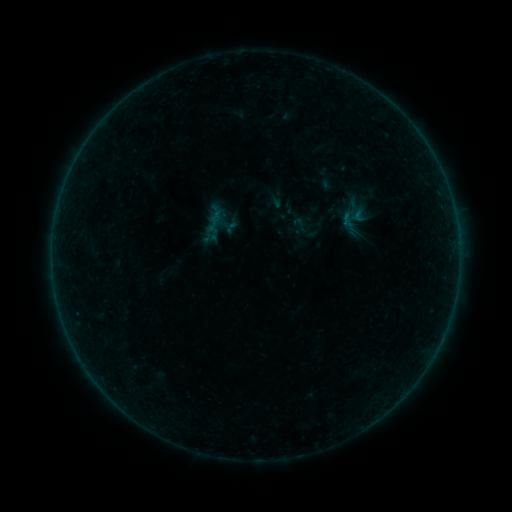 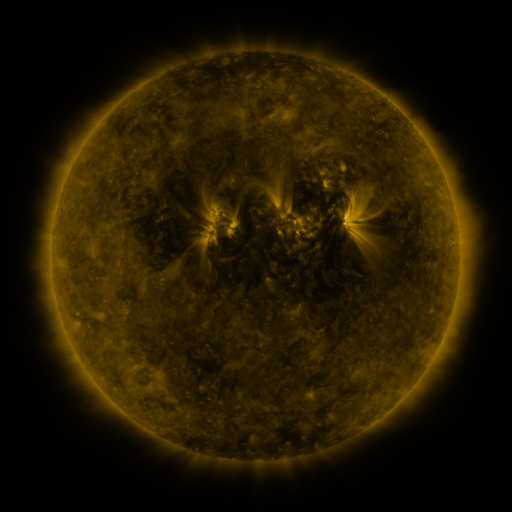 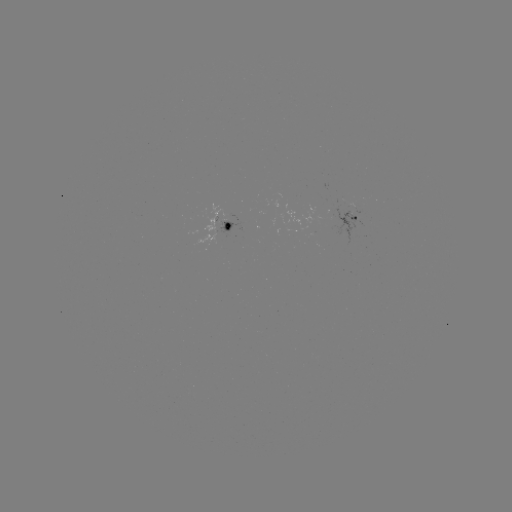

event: sigmoid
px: (300, 224)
